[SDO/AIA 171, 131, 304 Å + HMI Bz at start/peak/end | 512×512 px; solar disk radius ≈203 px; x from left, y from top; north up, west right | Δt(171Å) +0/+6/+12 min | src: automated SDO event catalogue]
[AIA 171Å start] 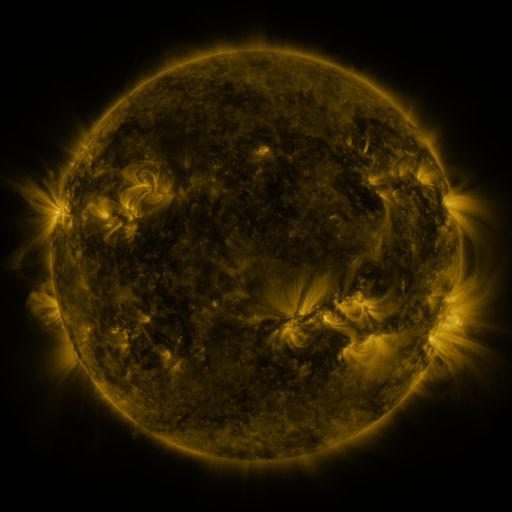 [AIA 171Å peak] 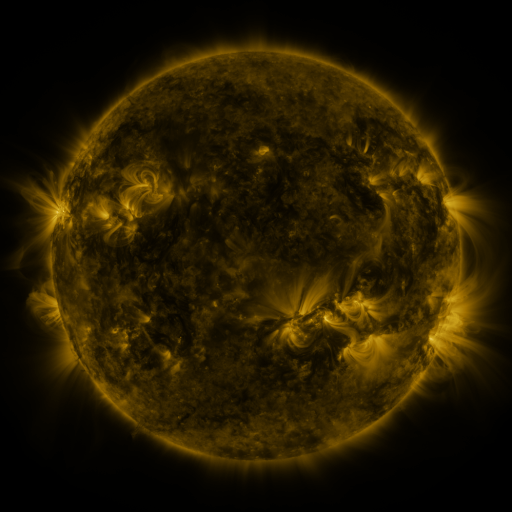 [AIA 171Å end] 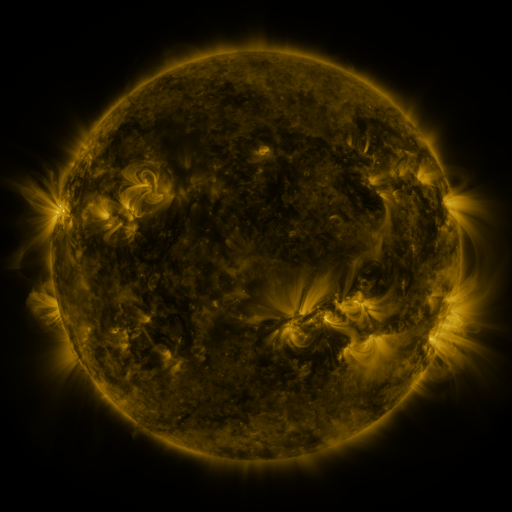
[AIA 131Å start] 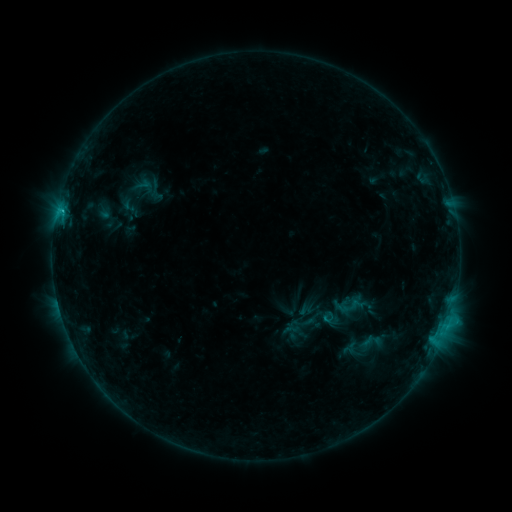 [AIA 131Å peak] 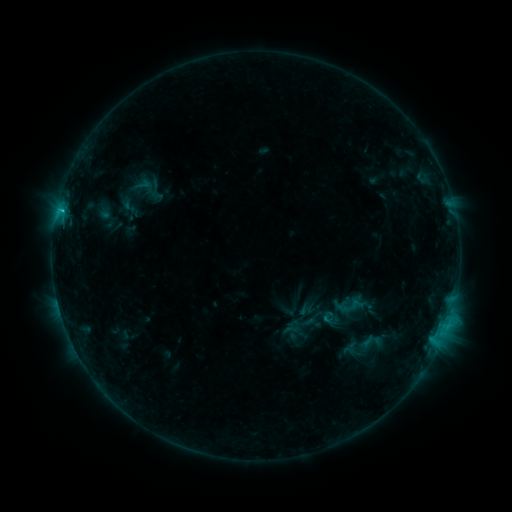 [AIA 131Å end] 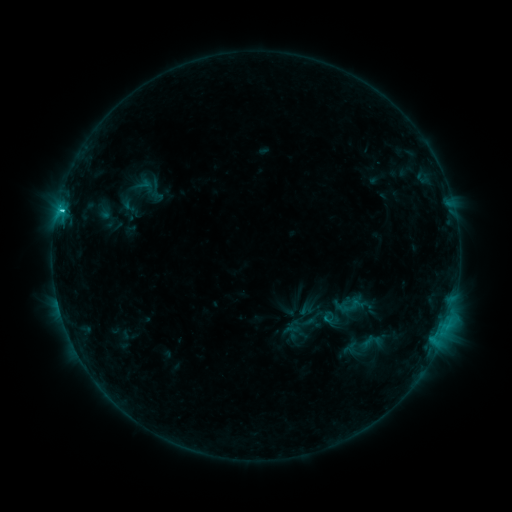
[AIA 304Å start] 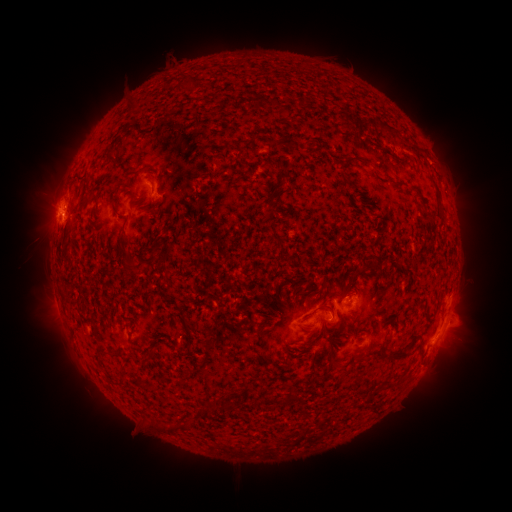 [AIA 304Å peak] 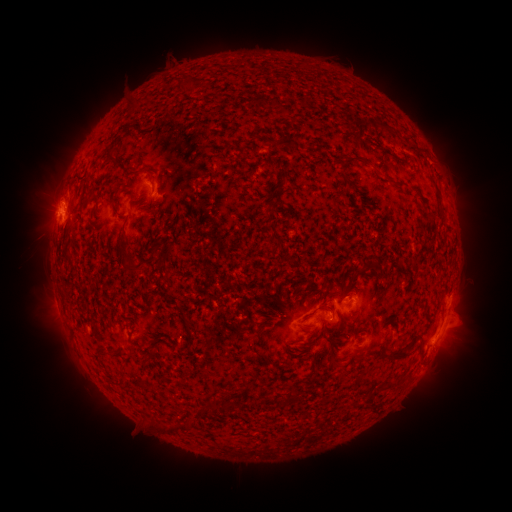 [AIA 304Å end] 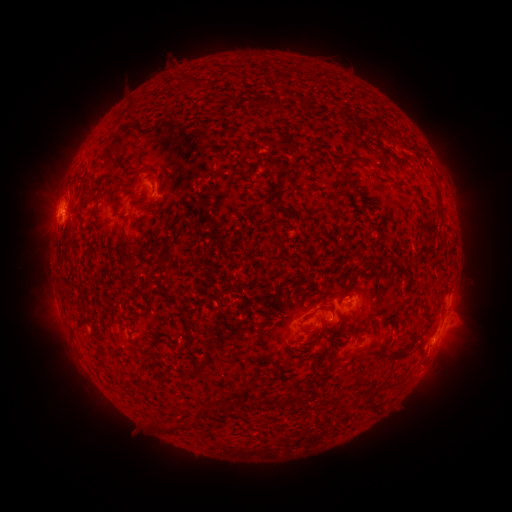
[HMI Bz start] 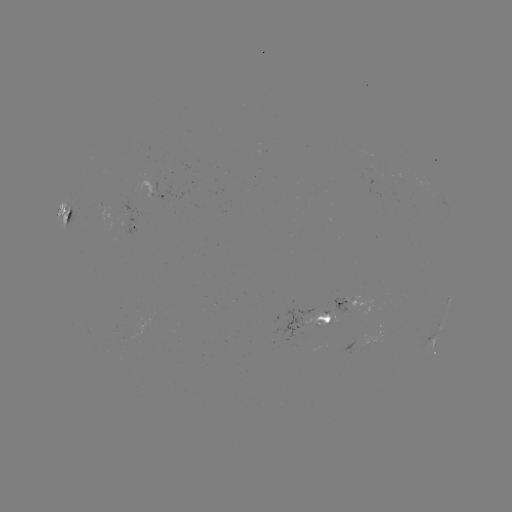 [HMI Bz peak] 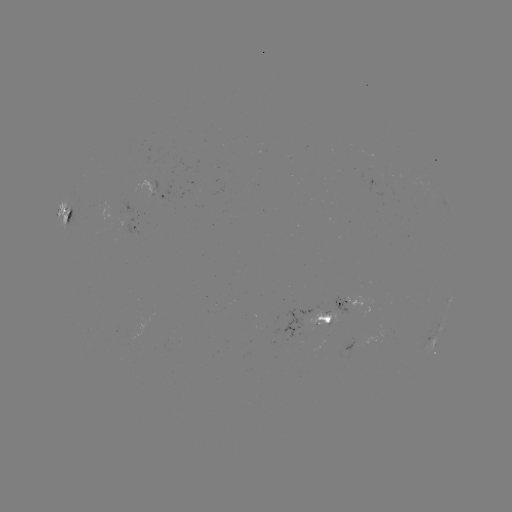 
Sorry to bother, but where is C1.6 flare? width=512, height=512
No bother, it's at [62, 214].